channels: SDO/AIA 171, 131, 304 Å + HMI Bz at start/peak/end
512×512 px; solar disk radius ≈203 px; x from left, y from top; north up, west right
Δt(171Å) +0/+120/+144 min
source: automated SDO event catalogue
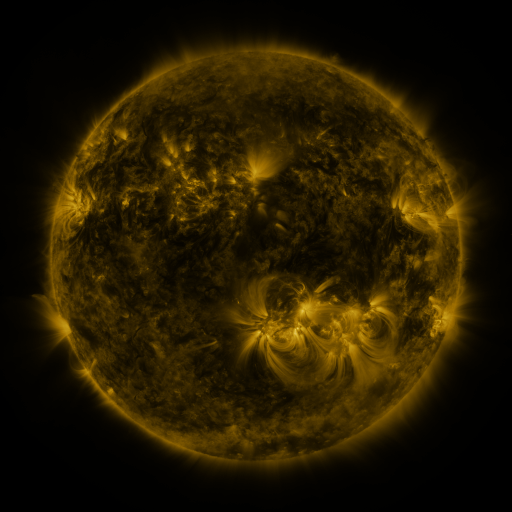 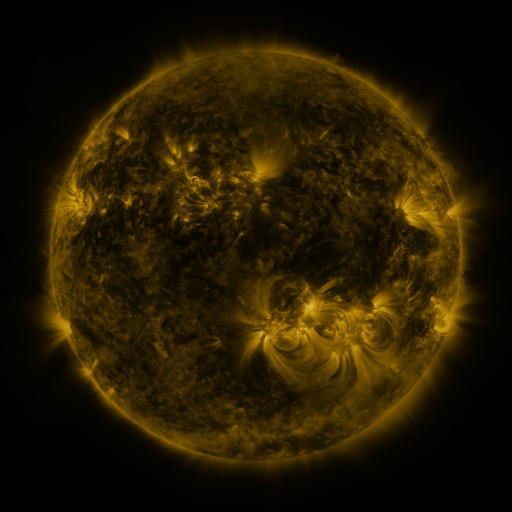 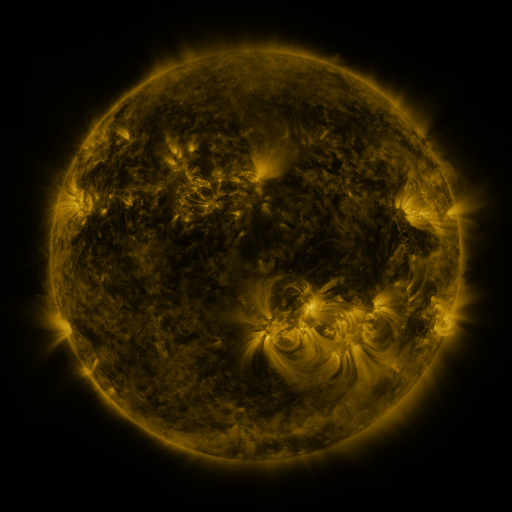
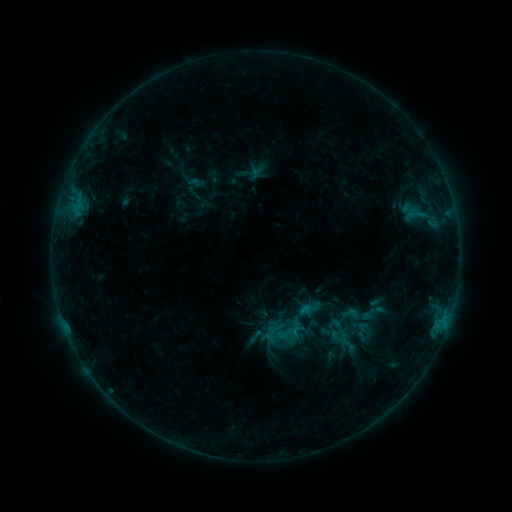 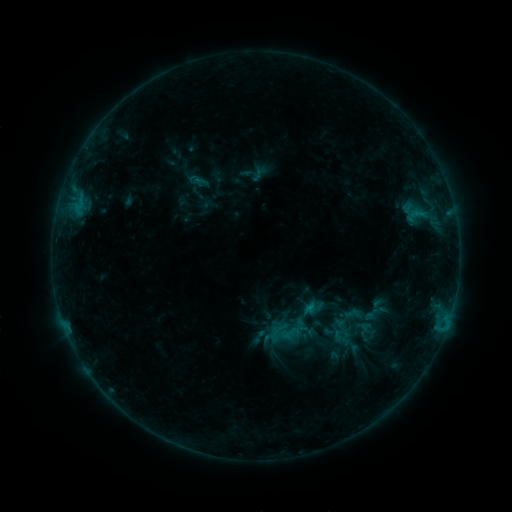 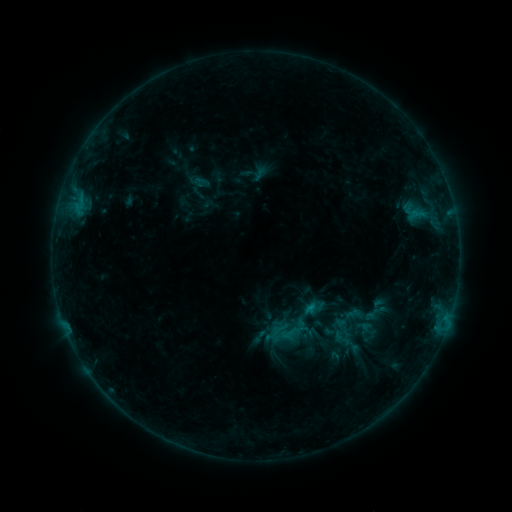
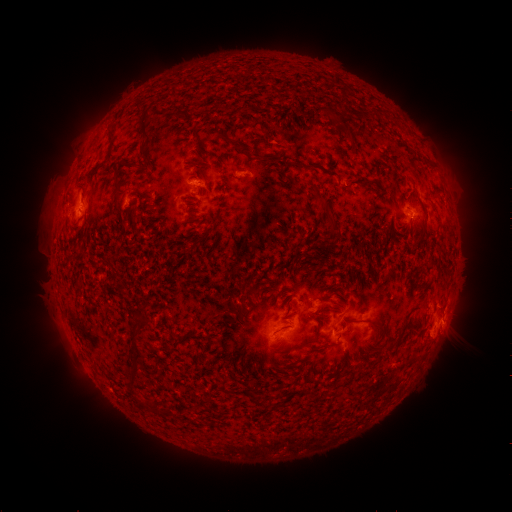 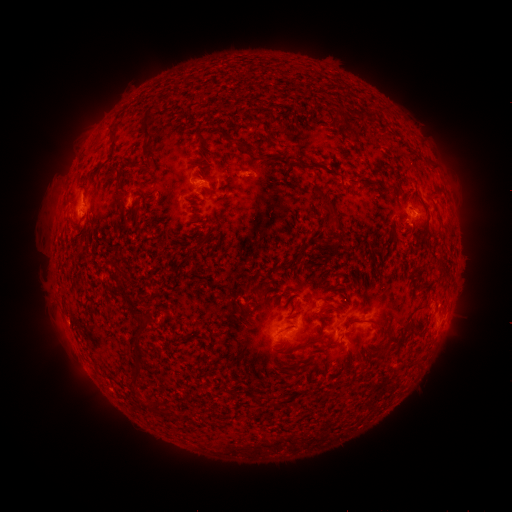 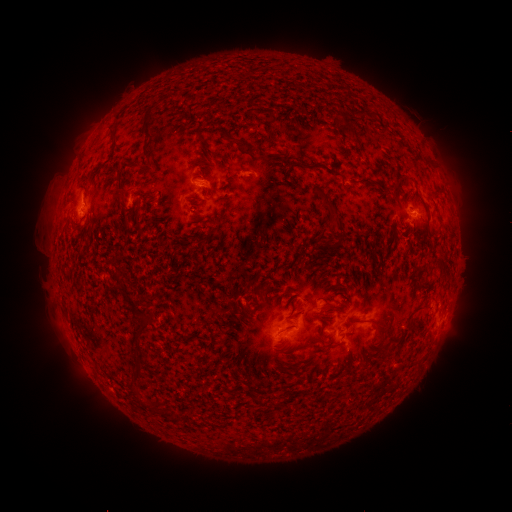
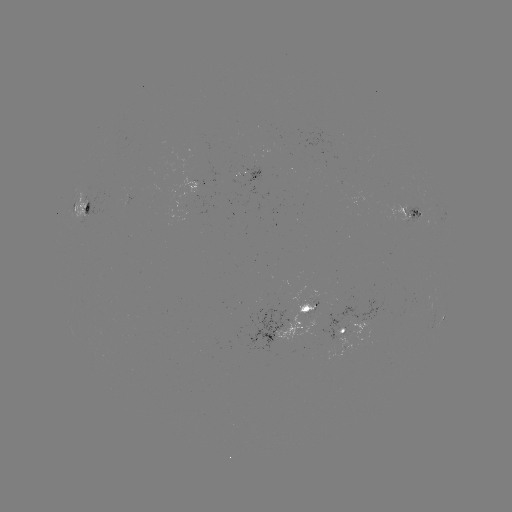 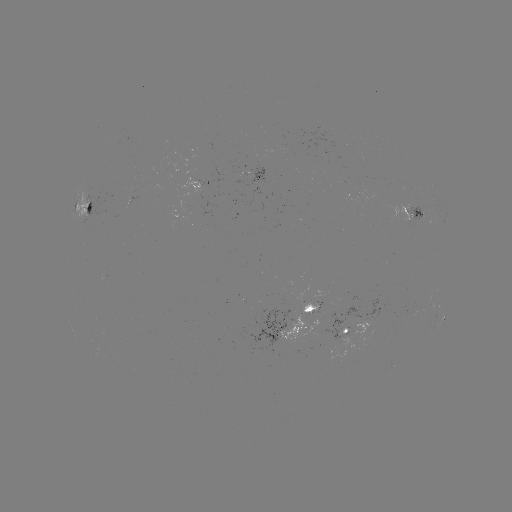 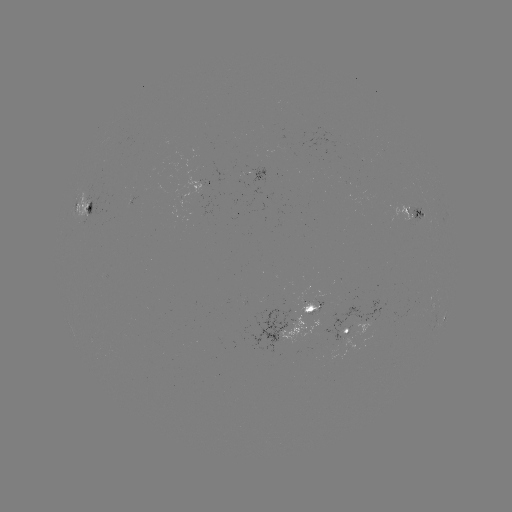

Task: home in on emerging-flux region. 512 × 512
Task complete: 407,218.